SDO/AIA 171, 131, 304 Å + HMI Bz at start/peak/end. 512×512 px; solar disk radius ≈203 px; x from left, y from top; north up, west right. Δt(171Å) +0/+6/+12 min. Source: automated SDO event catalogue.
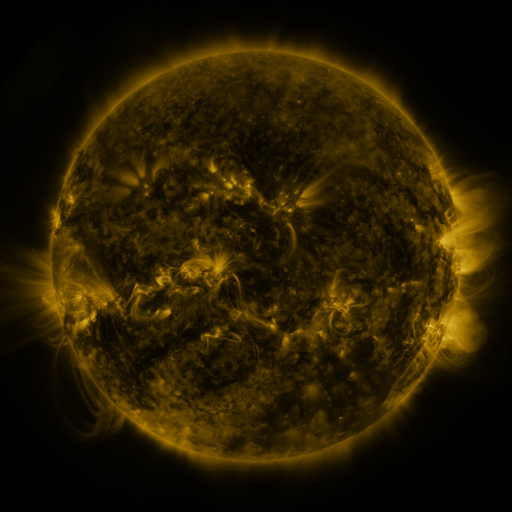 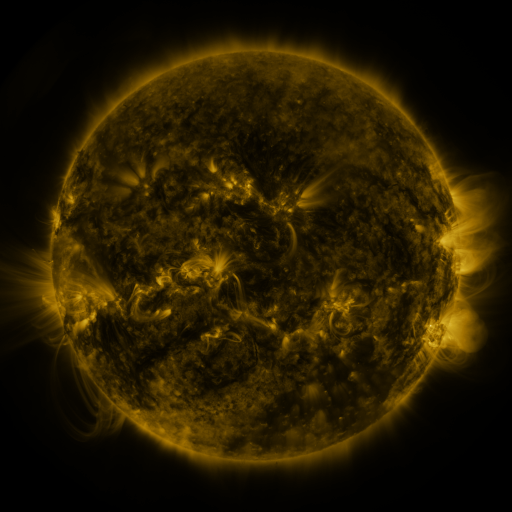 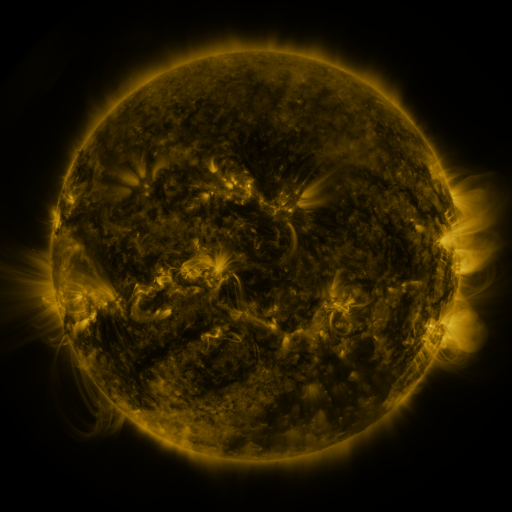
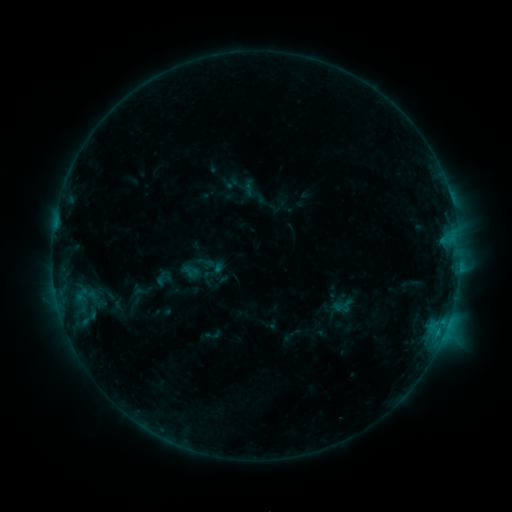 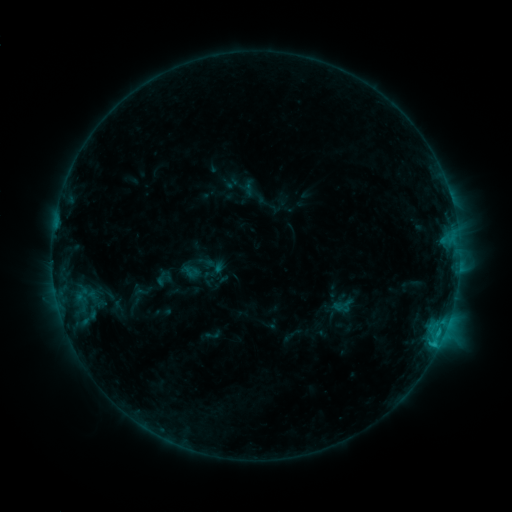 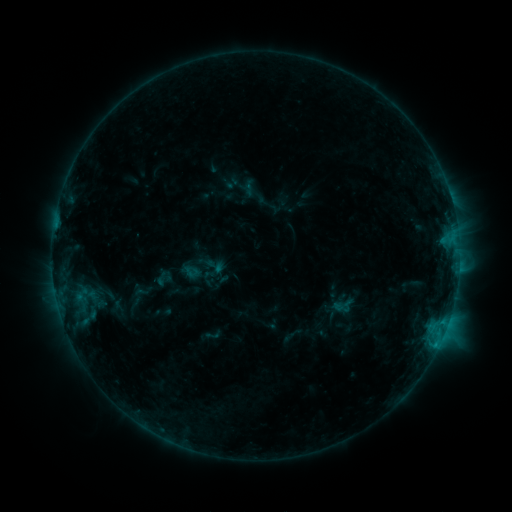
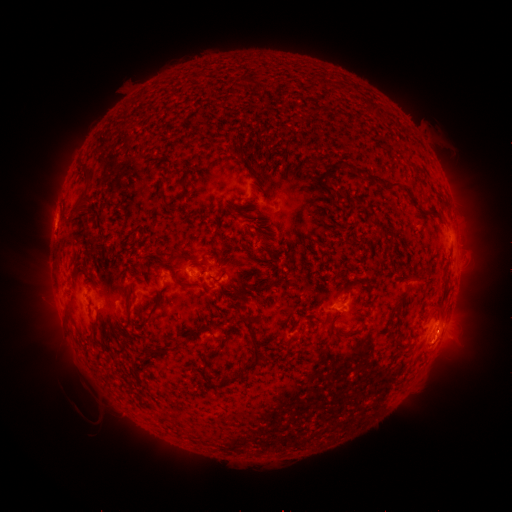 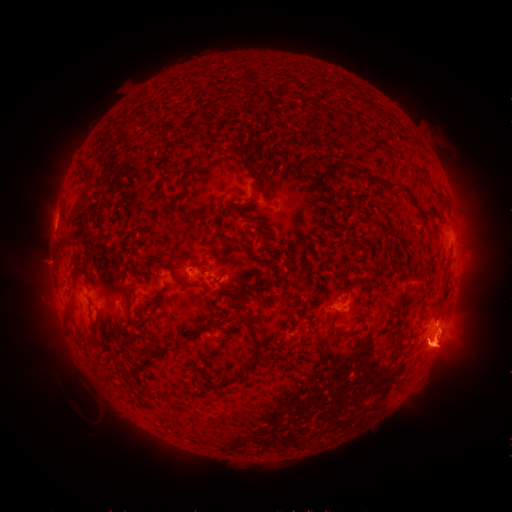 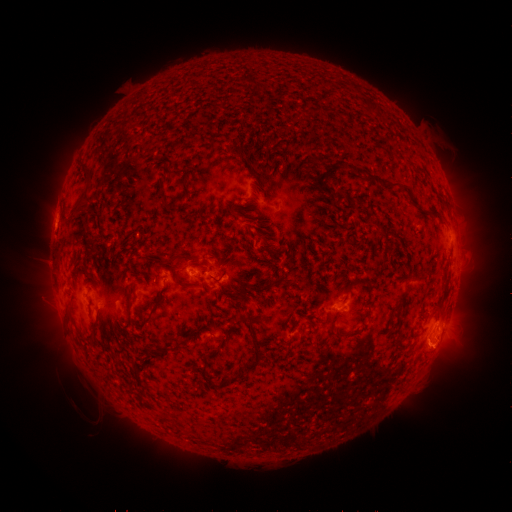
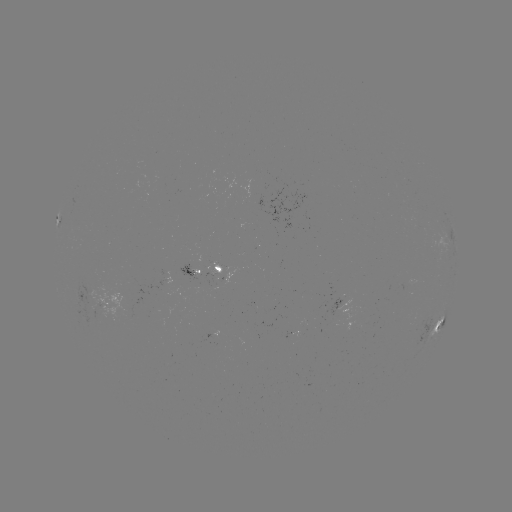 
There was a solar eruption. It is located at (440, 343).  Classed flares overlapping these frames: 1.